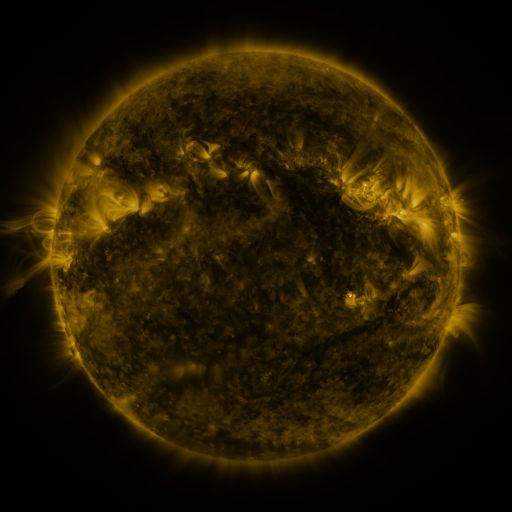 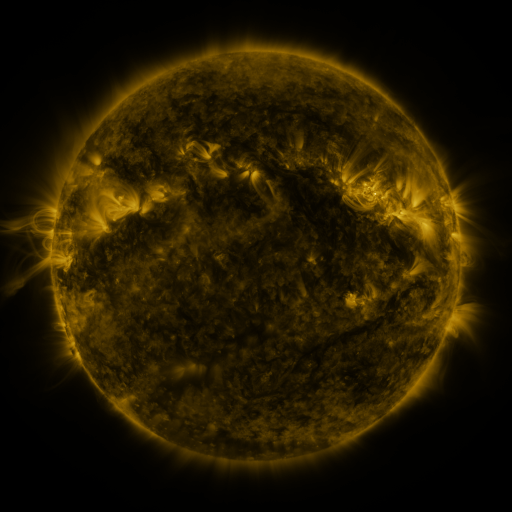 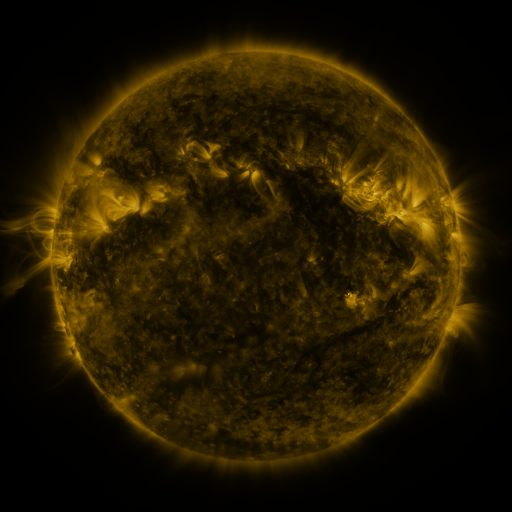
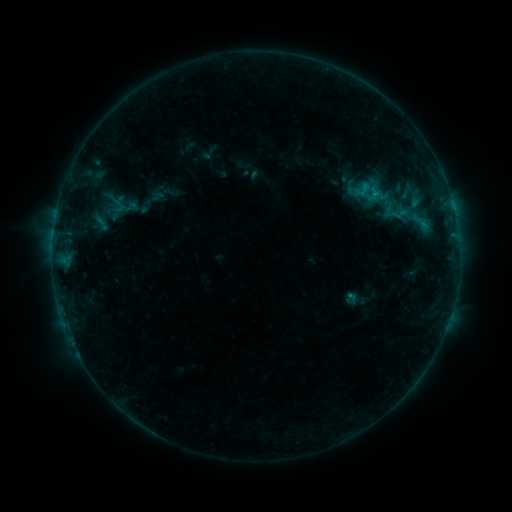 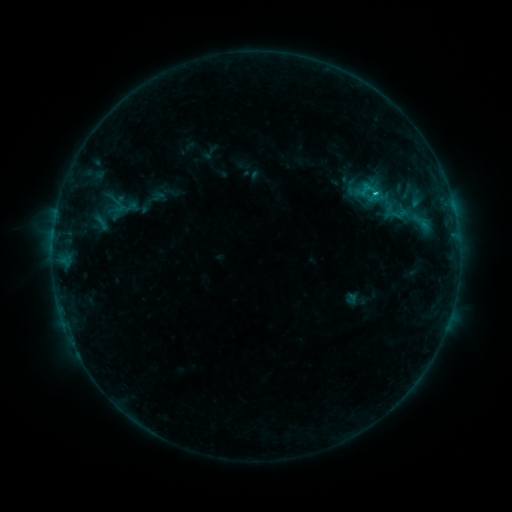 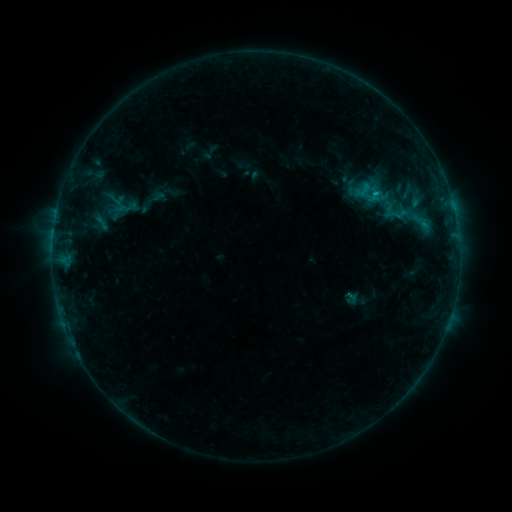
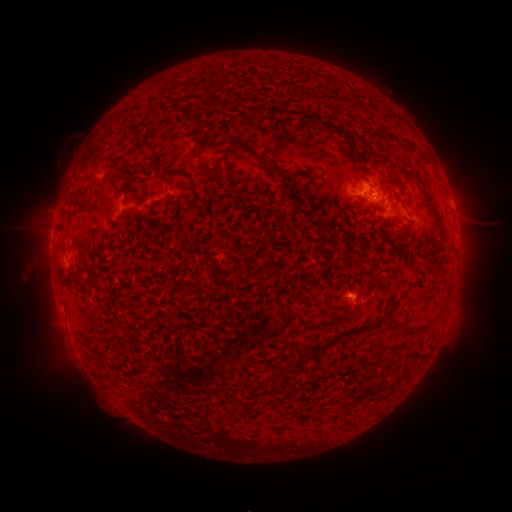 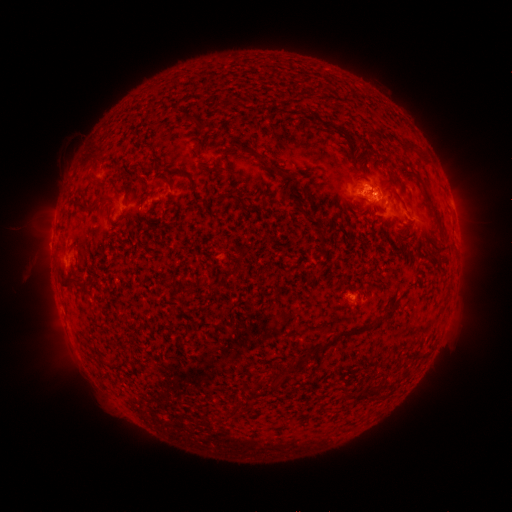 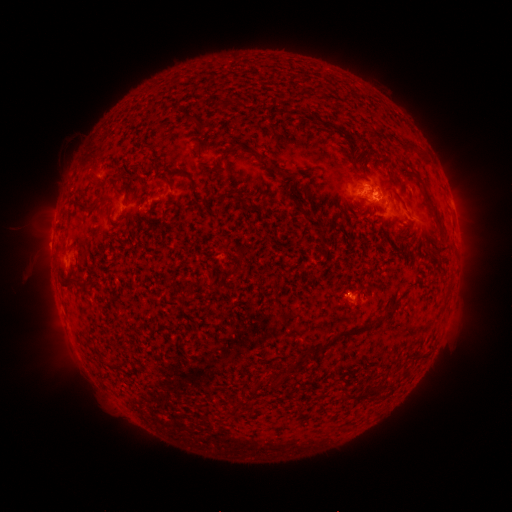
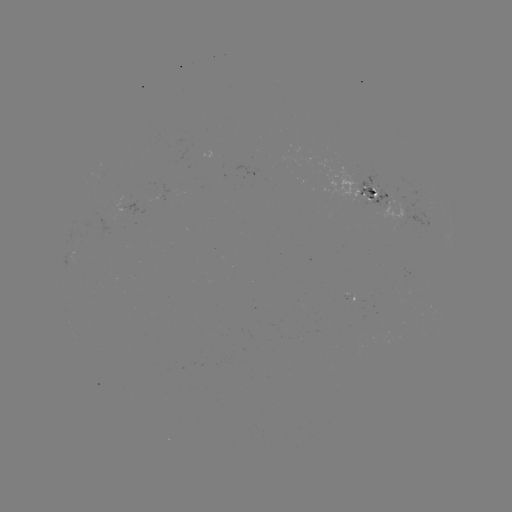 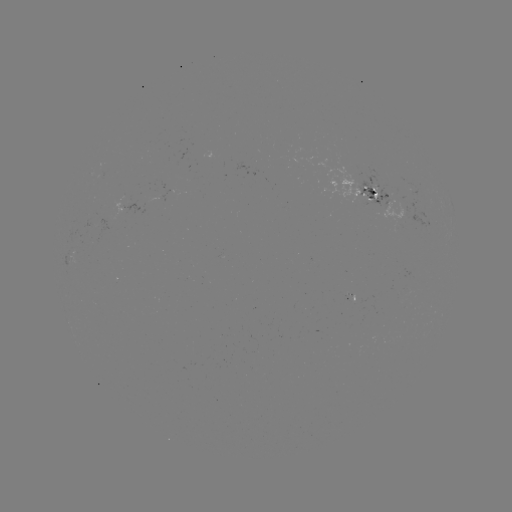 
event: flare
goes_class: B9.6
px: (373, 194)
